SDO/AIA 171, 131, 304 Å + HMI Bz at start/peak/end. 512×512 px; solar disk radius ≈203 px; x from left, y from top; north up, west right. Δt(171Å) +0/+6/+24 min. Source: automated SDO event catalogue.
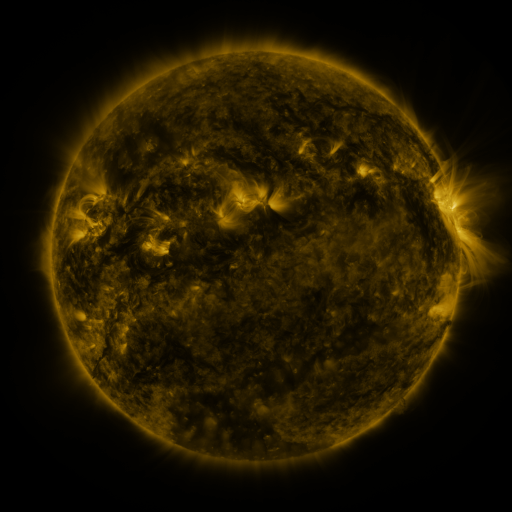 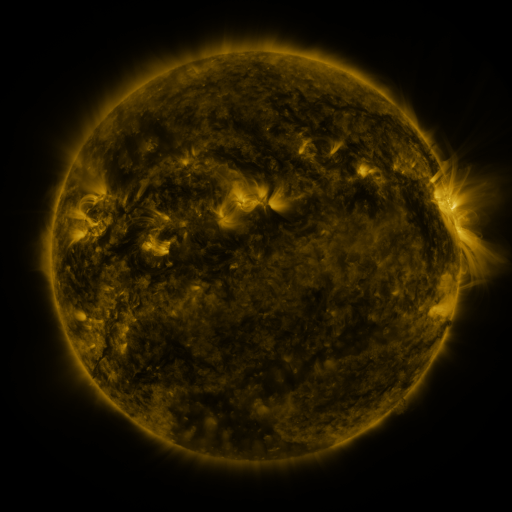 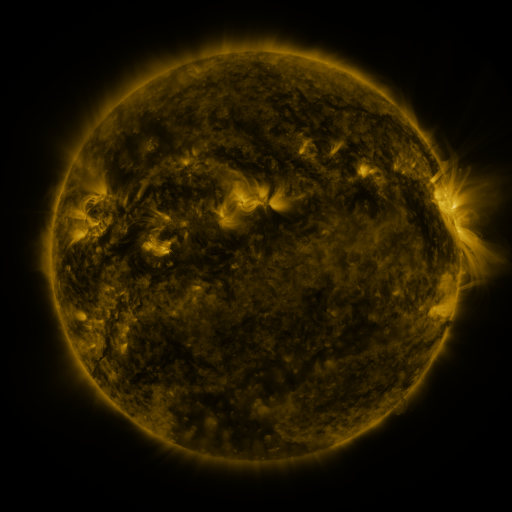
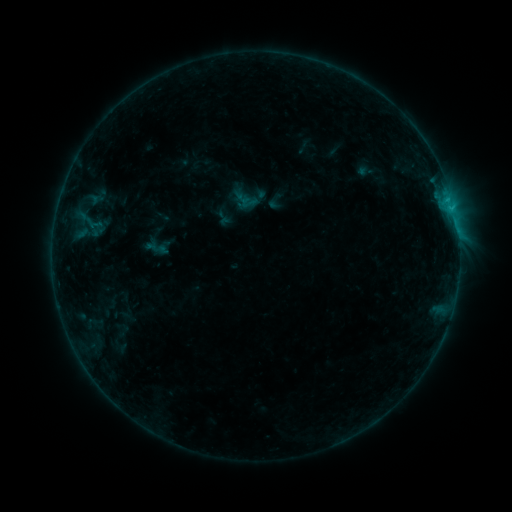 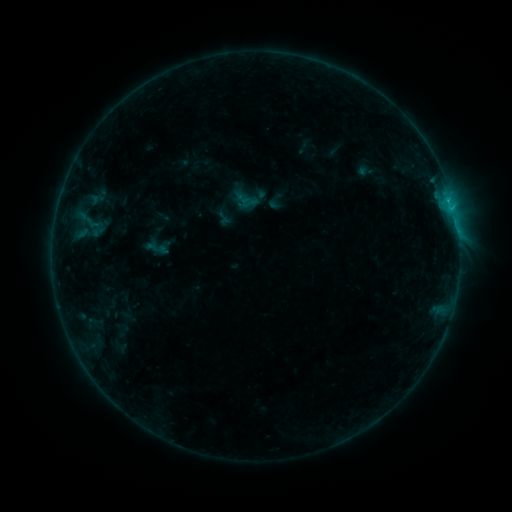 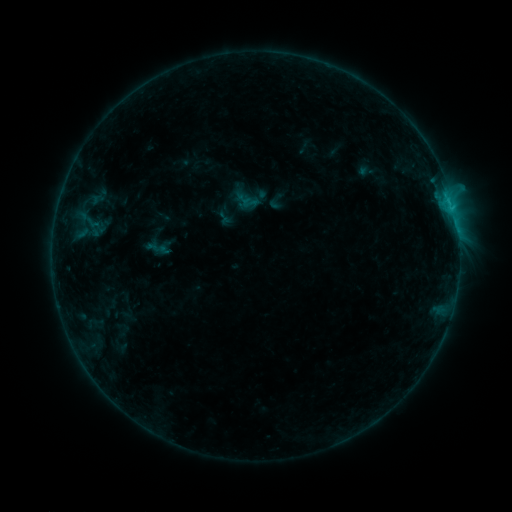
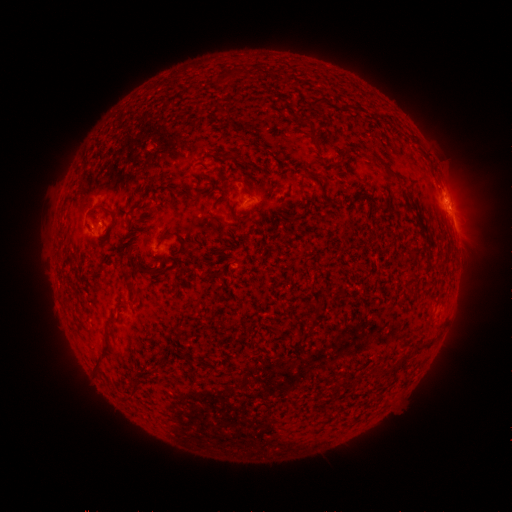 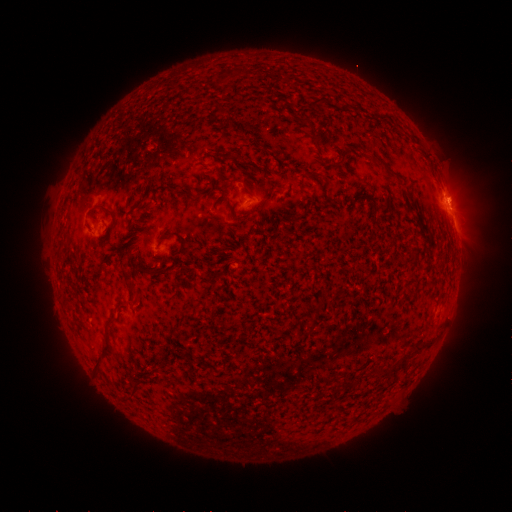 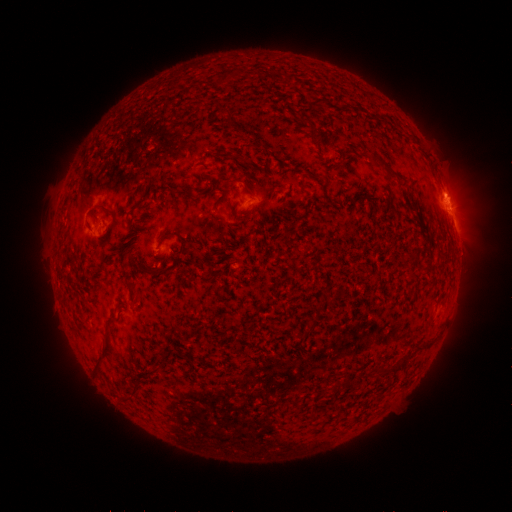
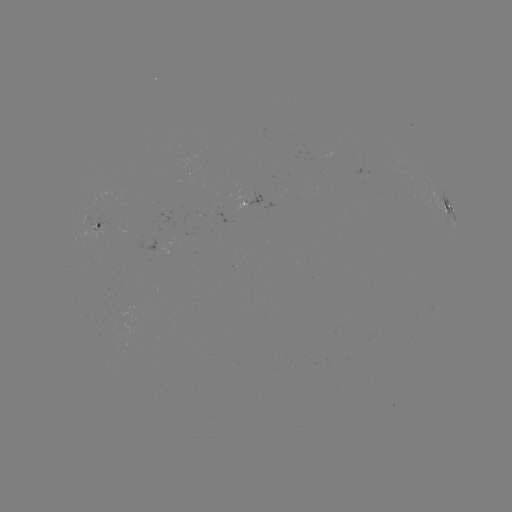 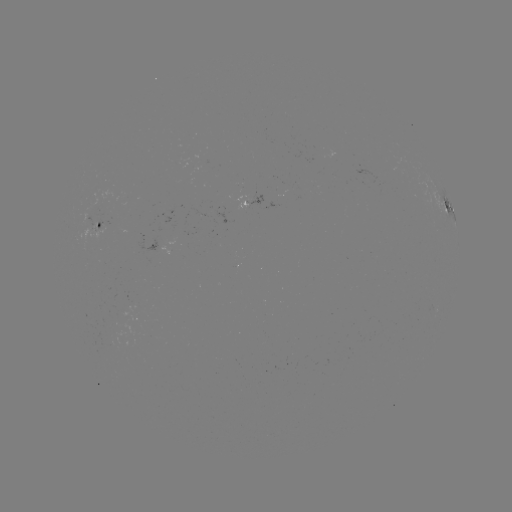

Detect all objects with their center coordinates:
B8.2 flare: (450, 203)
